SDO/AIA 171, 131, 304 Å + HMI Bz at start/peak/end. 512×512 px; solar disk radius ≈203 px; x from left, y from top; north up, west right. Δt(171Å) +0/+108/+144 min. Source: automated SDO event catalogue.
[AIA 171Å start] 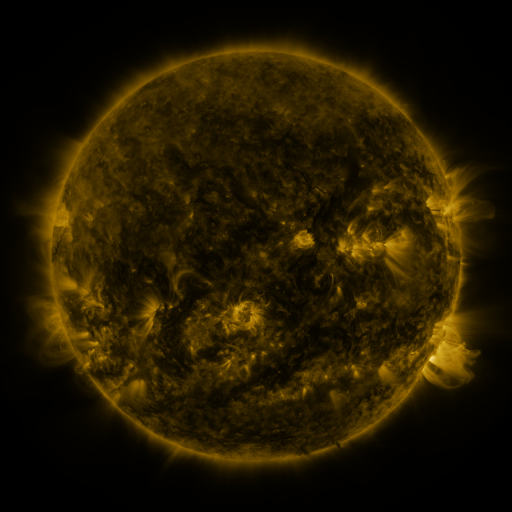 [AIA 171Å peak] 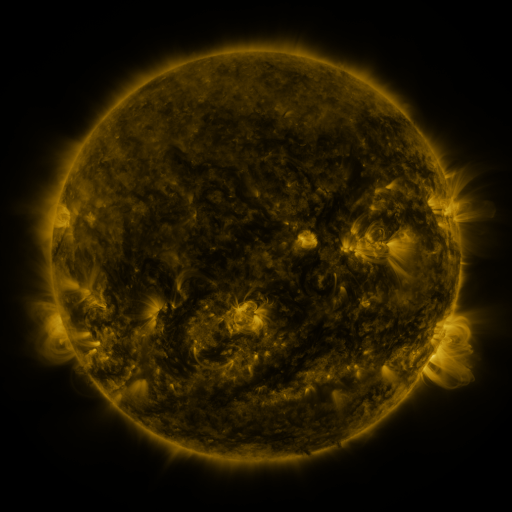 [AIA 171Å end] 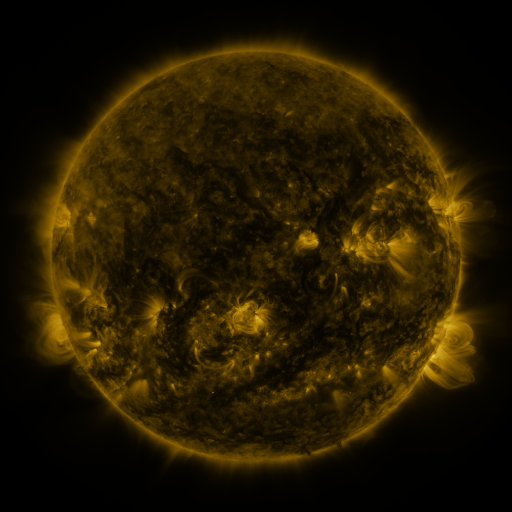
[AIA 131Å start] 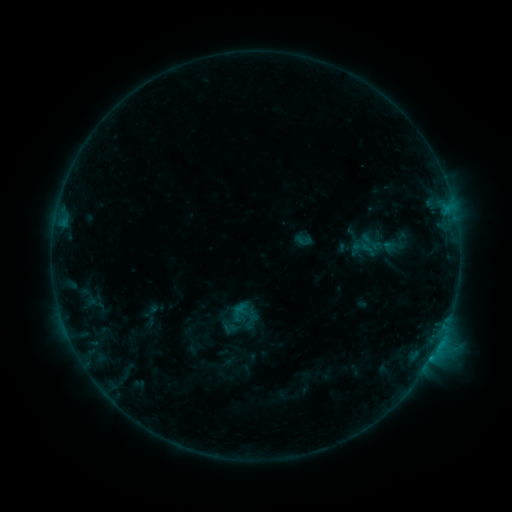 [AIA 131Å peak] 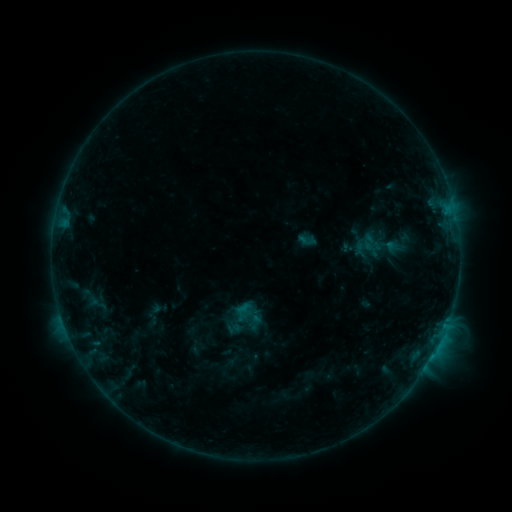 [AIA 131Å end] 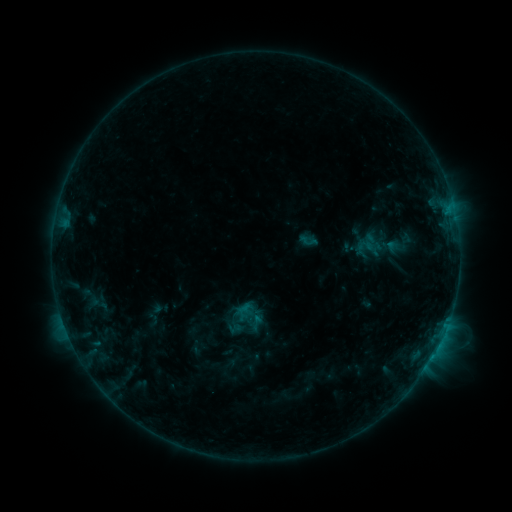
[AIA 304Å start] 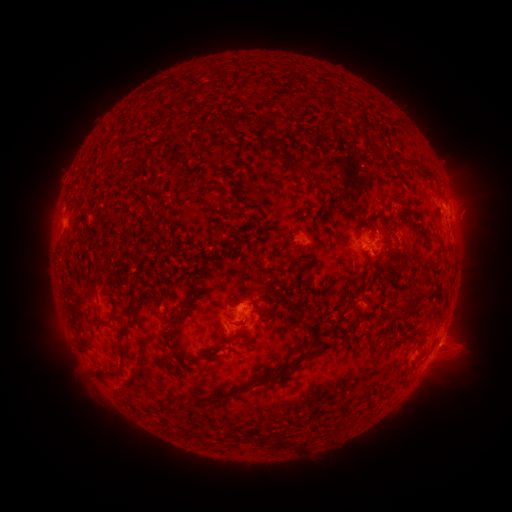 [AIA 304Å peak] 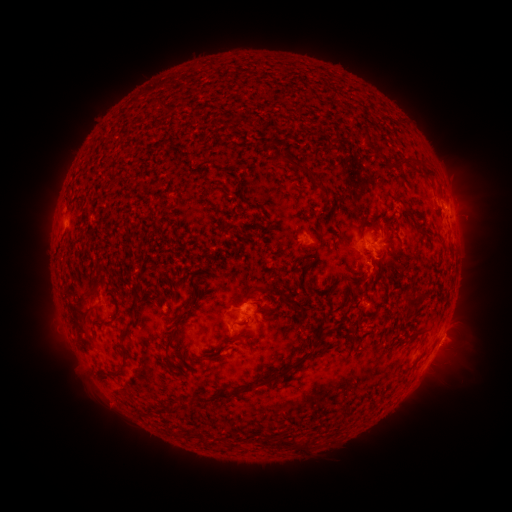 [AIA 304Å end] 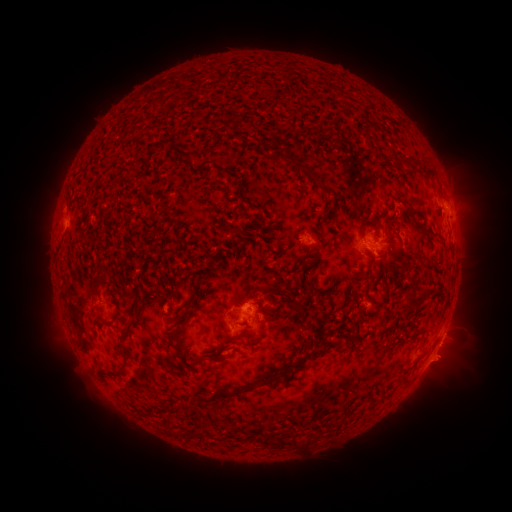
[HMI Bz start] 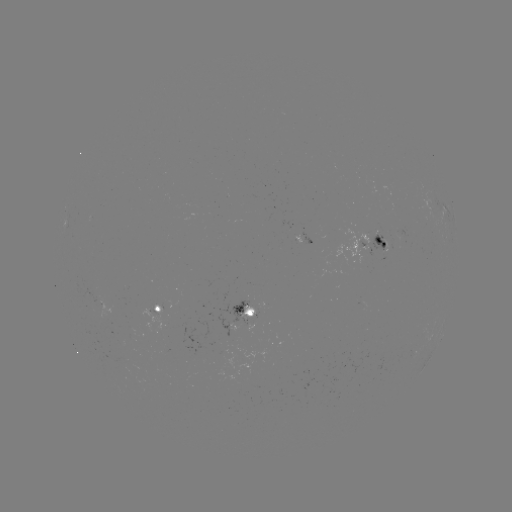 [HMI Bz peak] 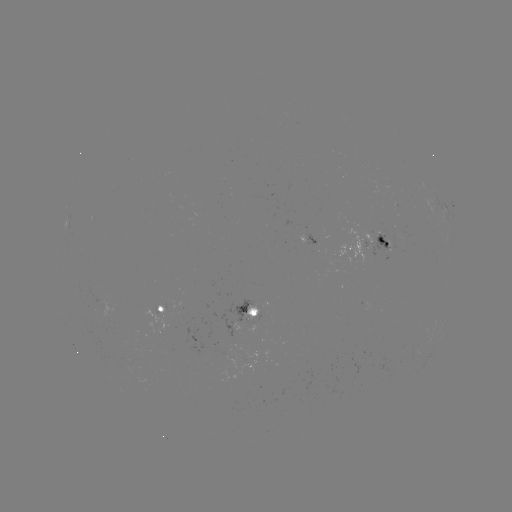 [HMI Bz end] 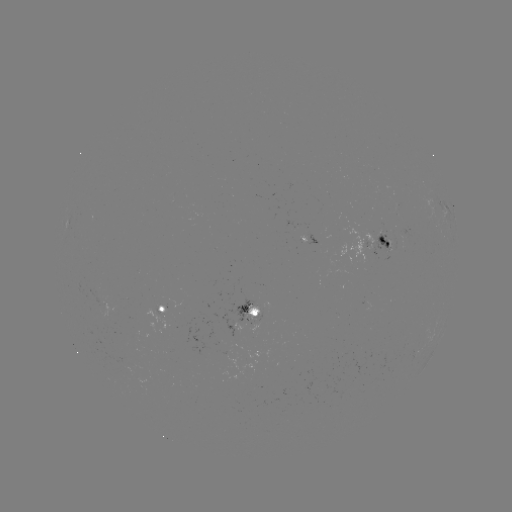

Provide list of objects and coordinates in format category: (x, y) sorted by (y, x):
emerging-flux region: (241, 316)
